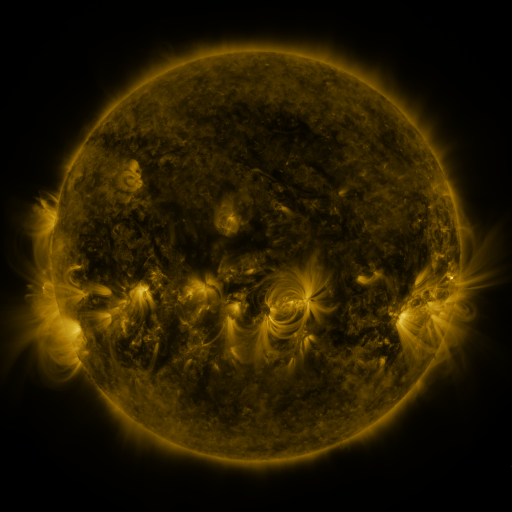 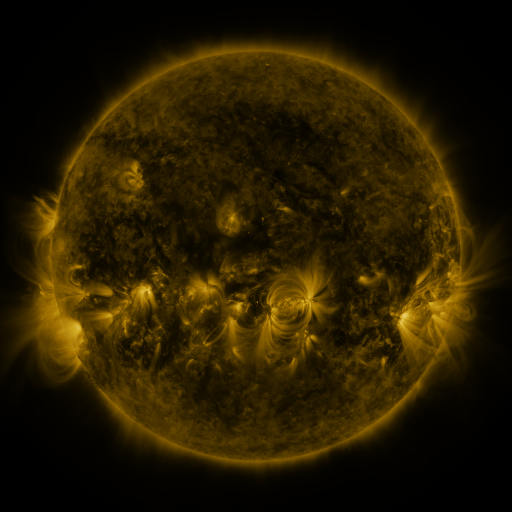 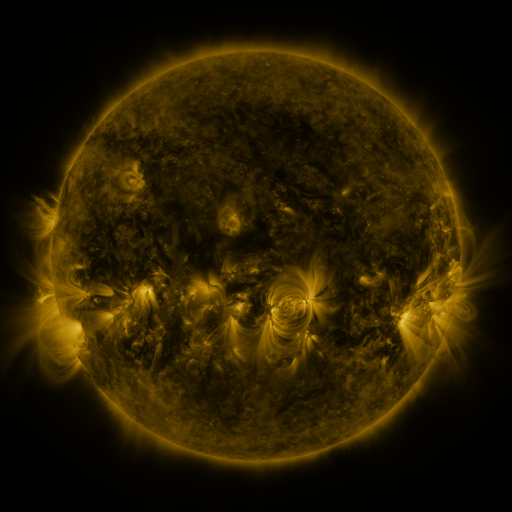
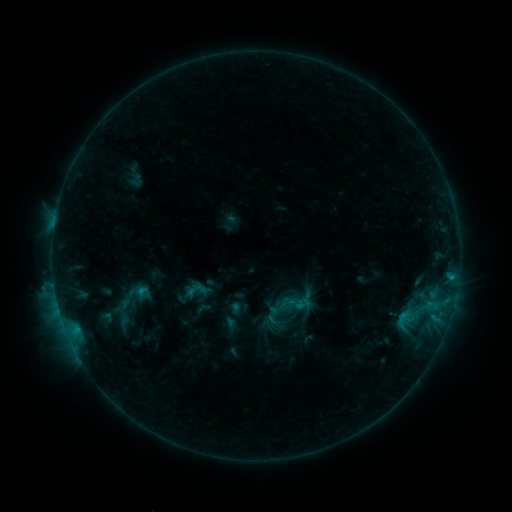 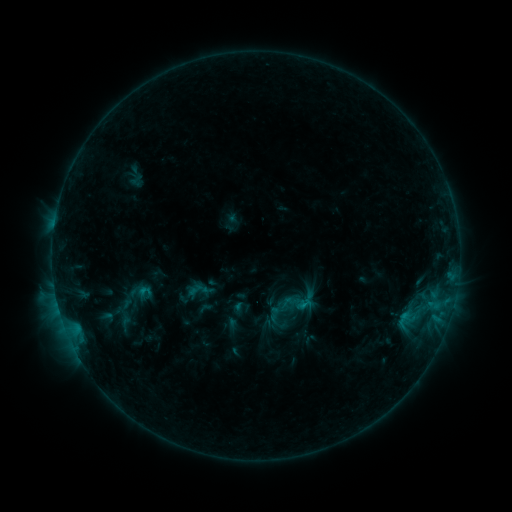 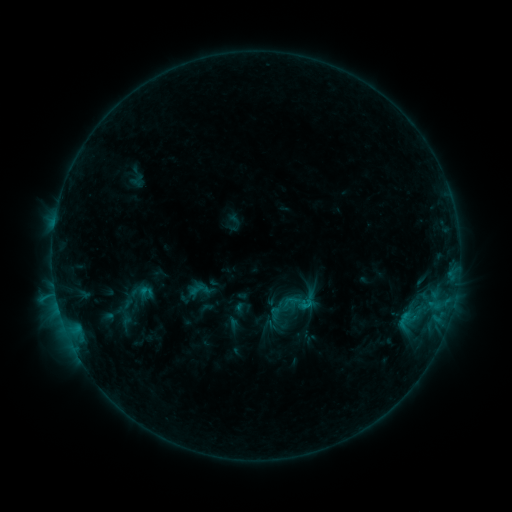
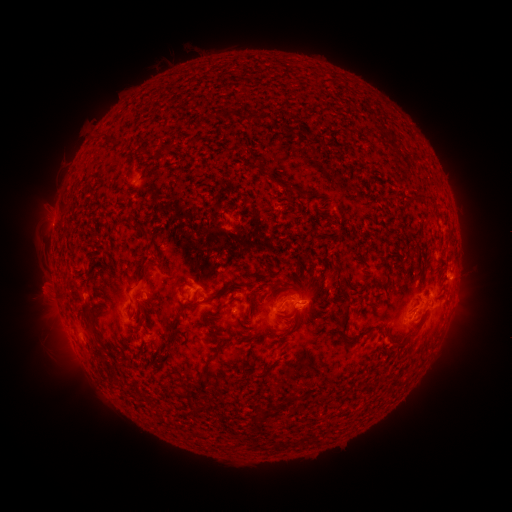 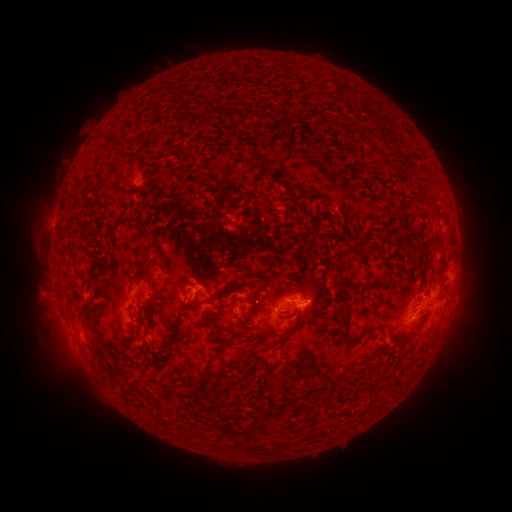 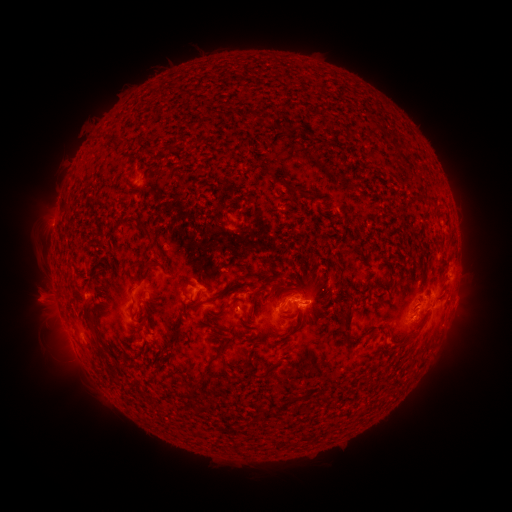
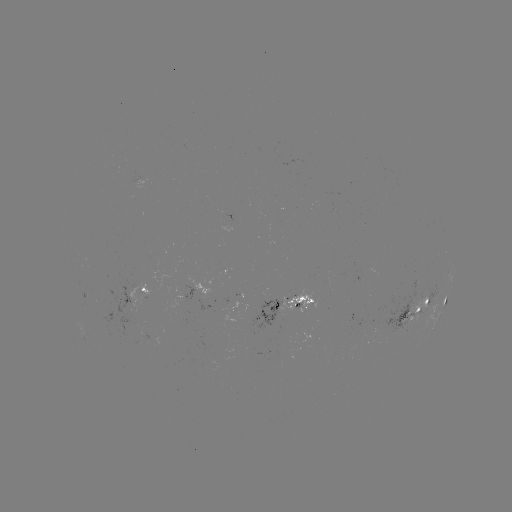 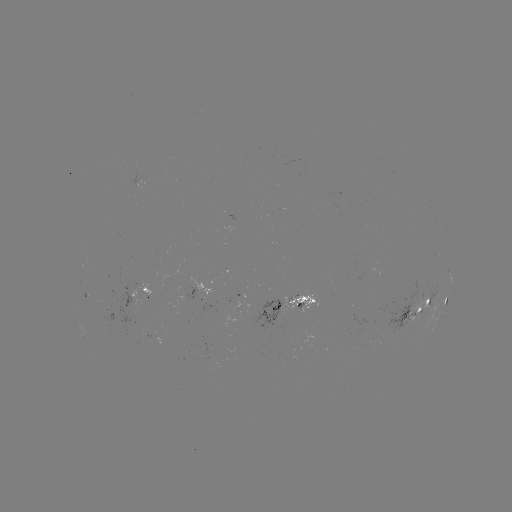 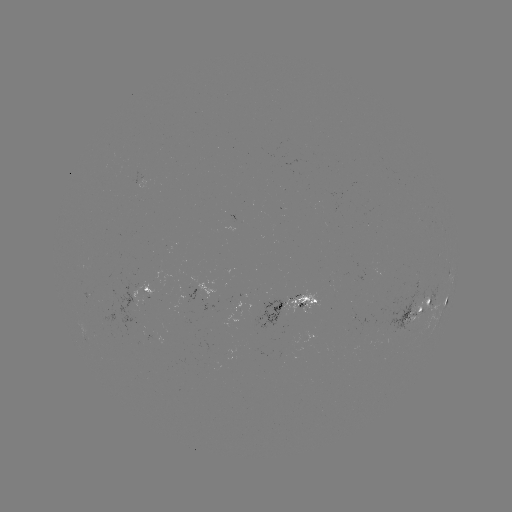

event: emerging-flux region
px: (149, 340)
